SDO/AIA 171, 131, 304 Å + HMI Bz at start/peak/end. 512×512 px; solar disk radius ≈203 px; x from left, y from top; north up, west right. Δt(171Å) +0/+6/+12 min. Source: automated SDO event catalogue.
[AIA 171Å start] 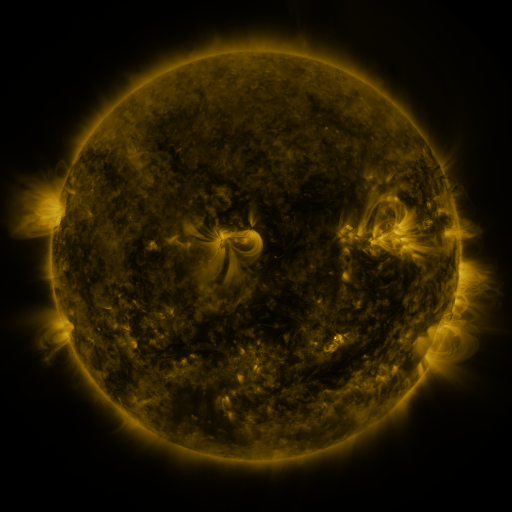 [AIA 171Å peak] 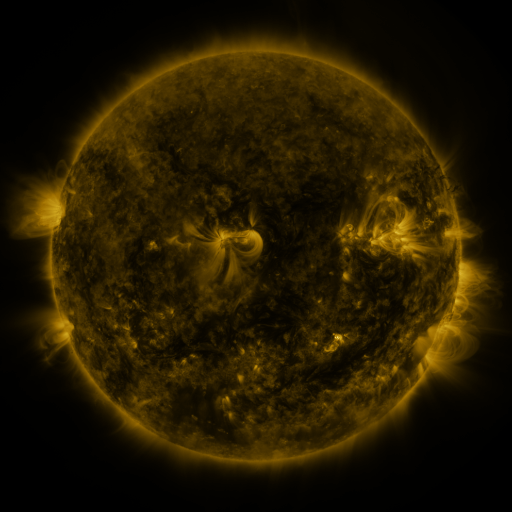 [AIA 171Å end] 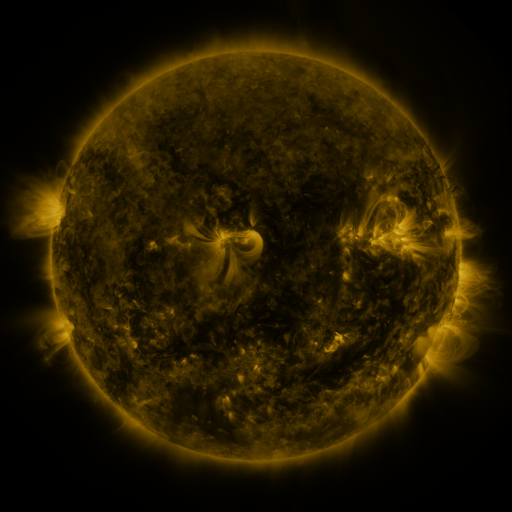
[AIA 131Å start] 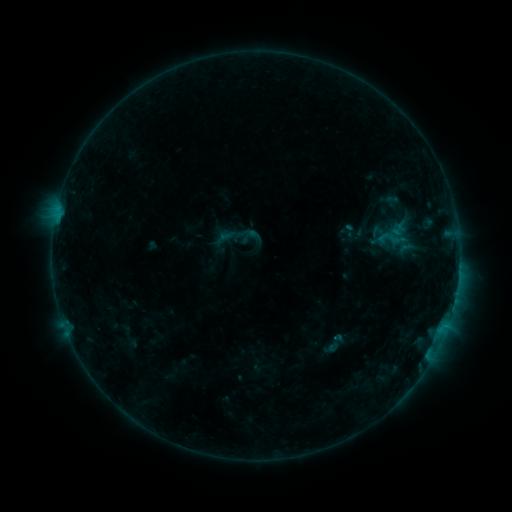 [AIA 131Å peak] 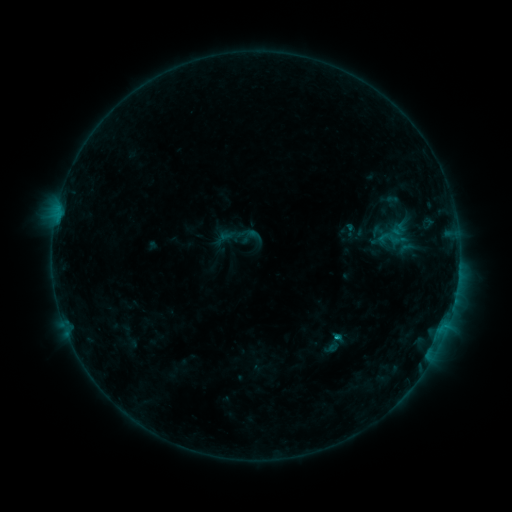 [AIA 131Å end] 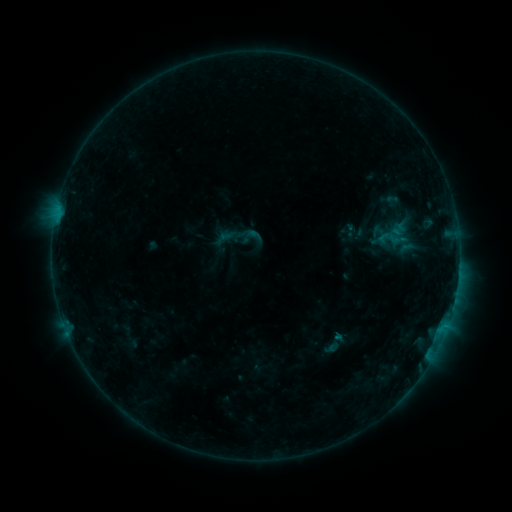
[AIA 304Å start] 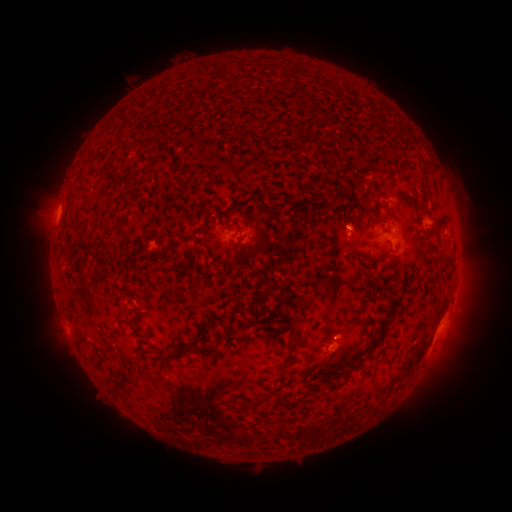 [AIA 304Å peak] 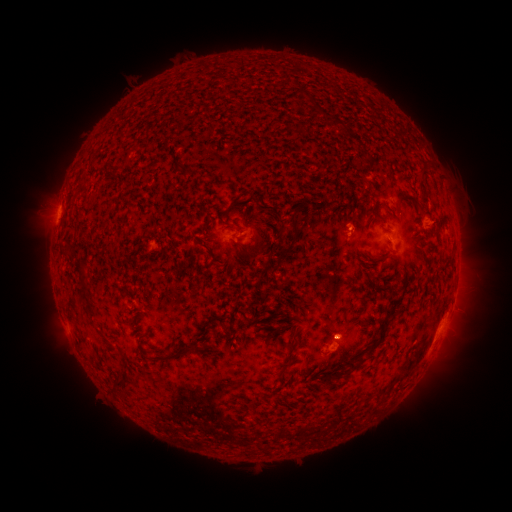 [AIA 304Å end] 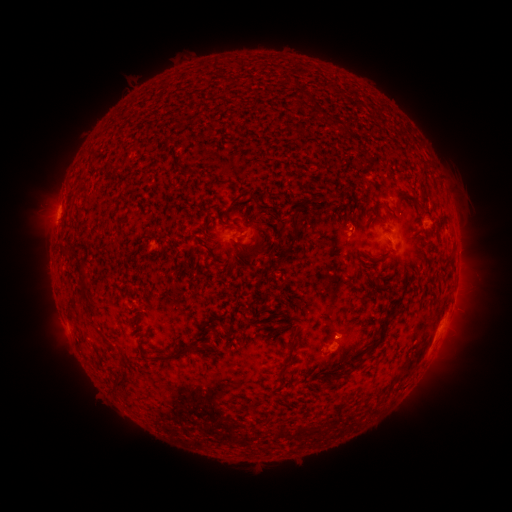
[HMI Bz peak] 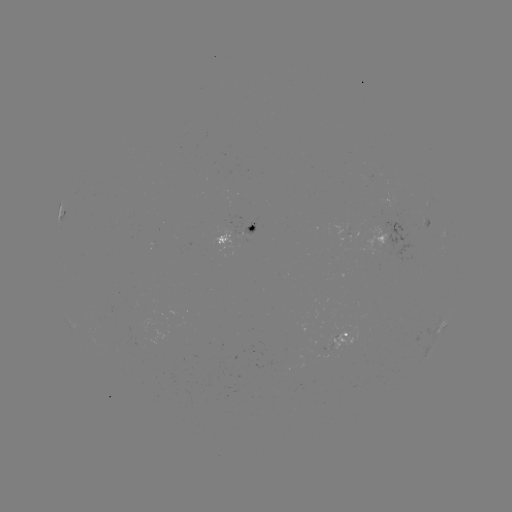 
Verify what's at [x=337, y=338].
B5.1 flare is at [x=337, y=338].